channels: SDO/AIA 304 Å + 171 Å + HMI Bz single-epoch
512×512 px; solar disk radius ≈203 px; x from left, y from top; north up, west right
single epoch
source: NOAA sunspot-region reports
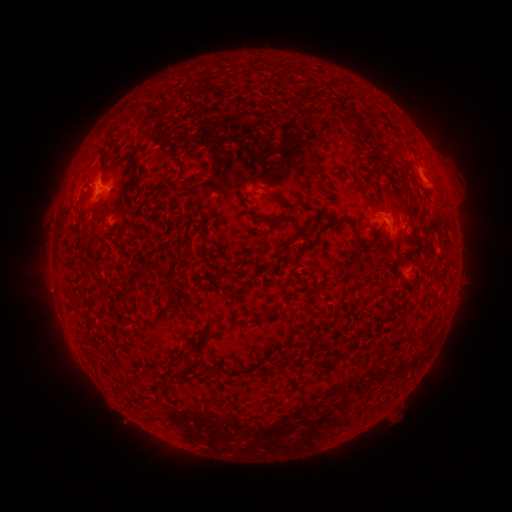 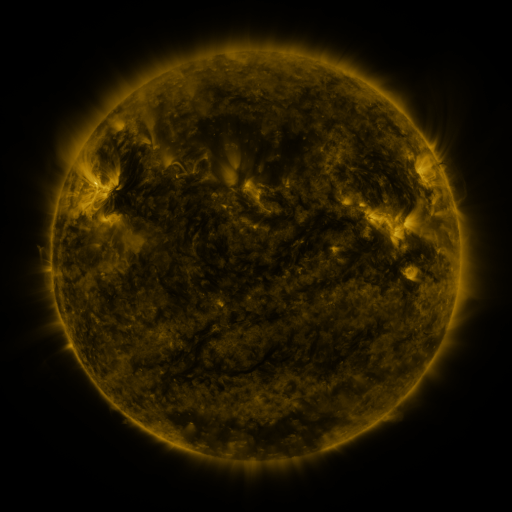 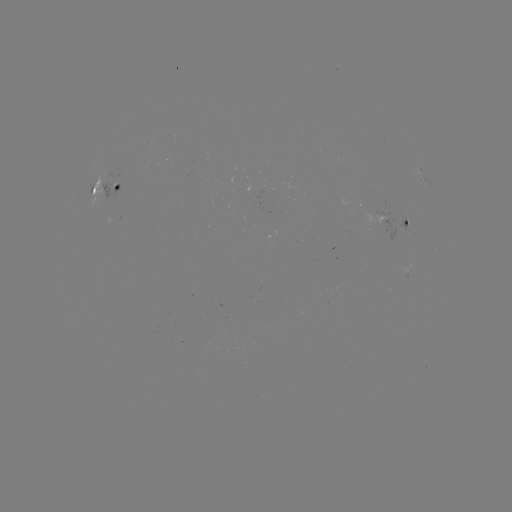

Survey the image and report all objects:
spotted active region: (107, 187)
spotted active region: (407, 225)
